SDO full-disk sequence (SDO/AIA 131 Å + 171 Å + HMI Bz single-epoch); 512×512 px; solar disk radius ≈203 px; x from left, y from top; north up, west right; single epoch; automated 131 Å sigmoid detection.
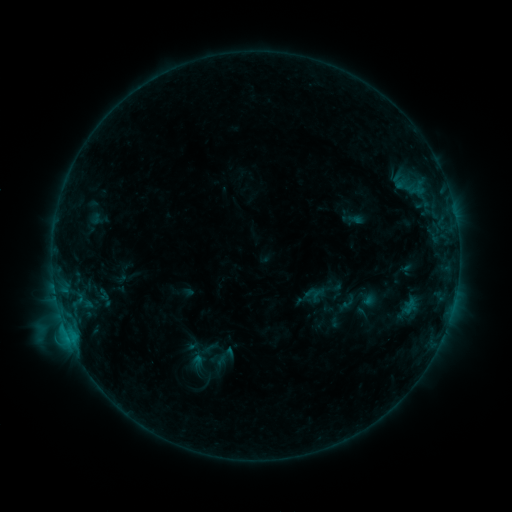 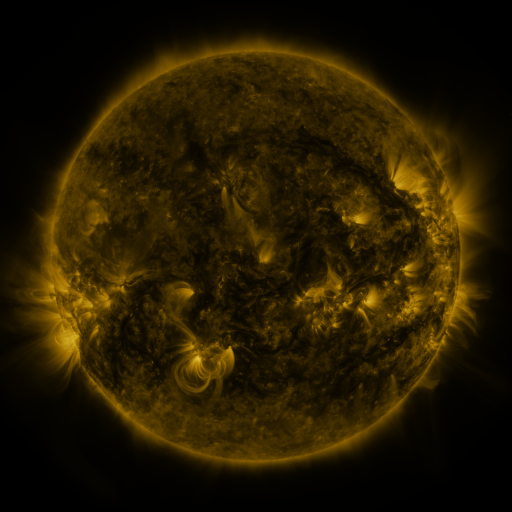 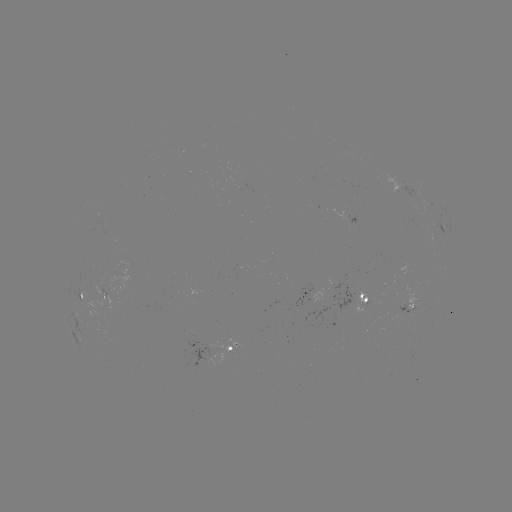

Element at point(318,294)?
sigmoid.